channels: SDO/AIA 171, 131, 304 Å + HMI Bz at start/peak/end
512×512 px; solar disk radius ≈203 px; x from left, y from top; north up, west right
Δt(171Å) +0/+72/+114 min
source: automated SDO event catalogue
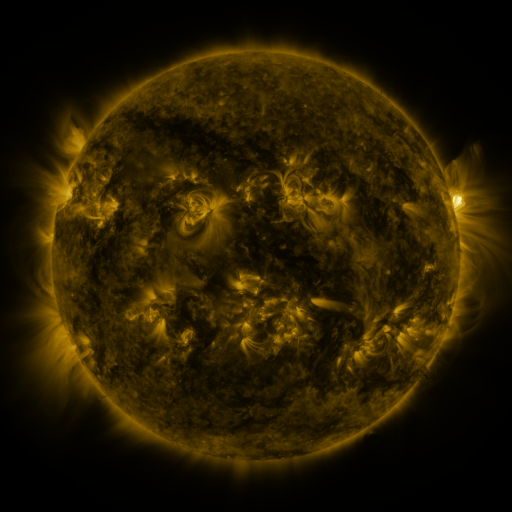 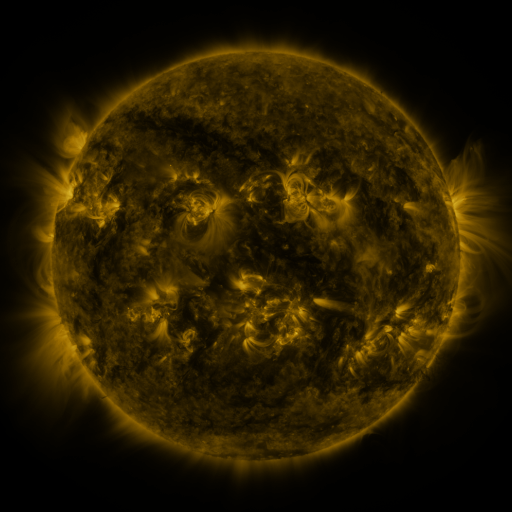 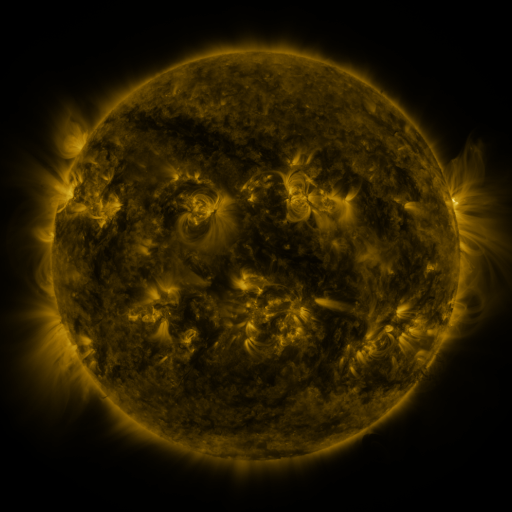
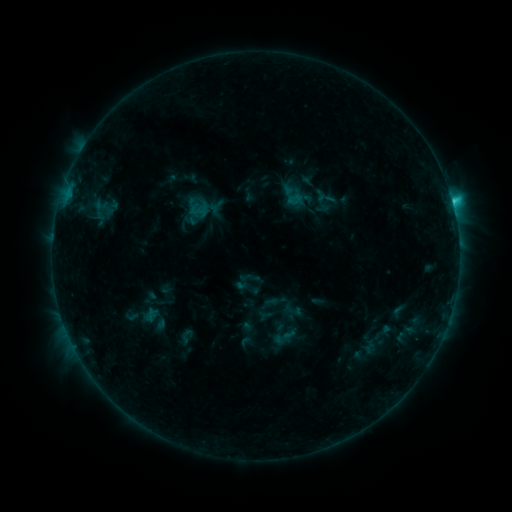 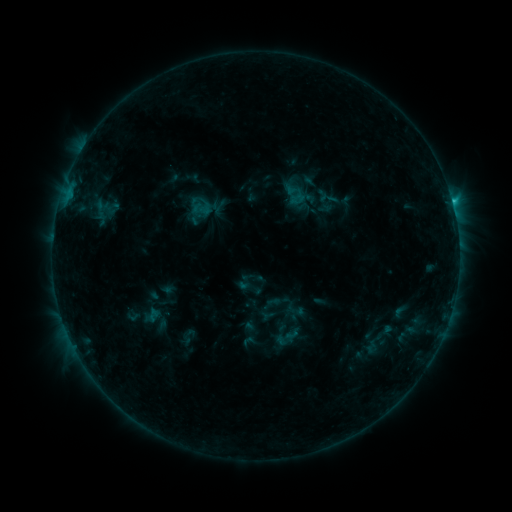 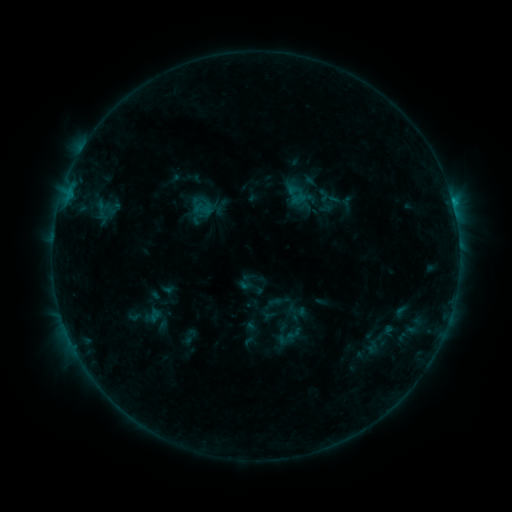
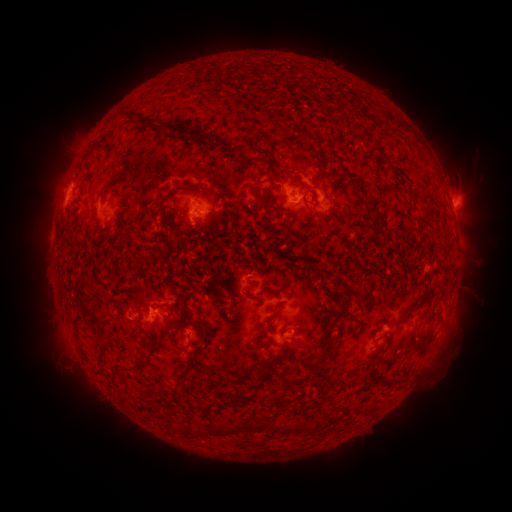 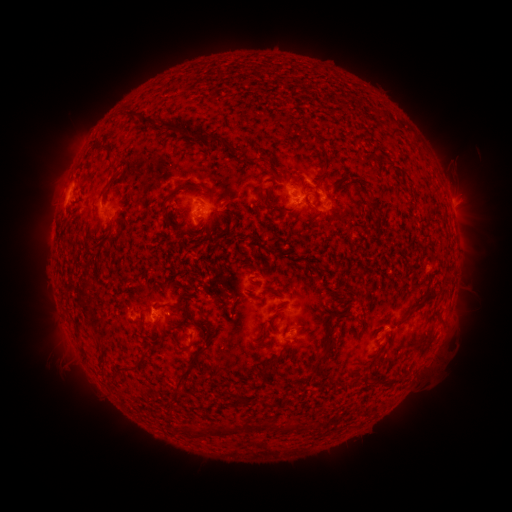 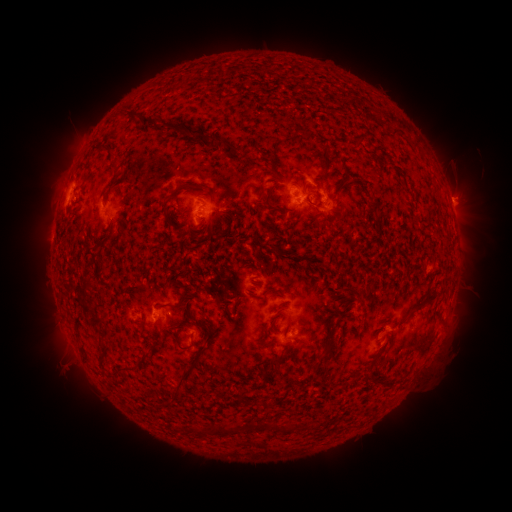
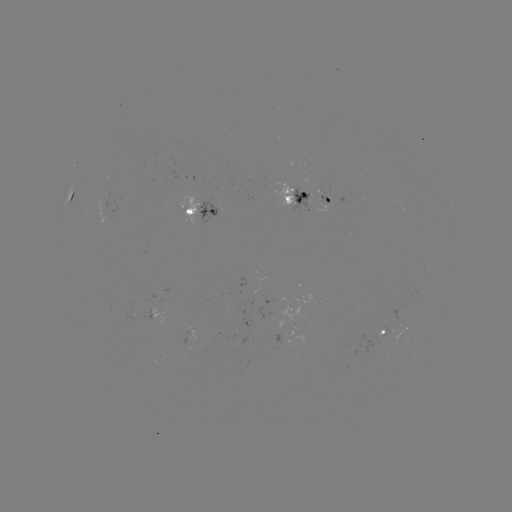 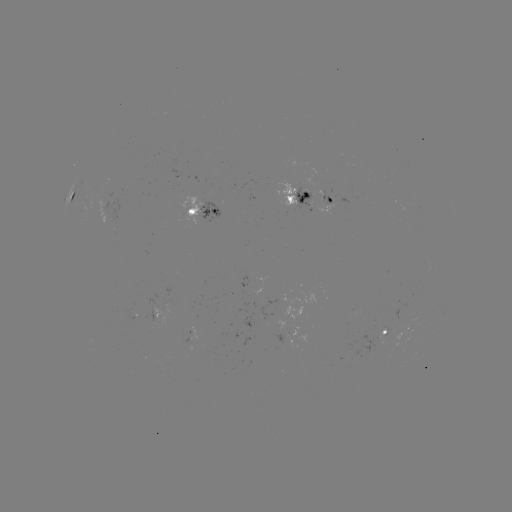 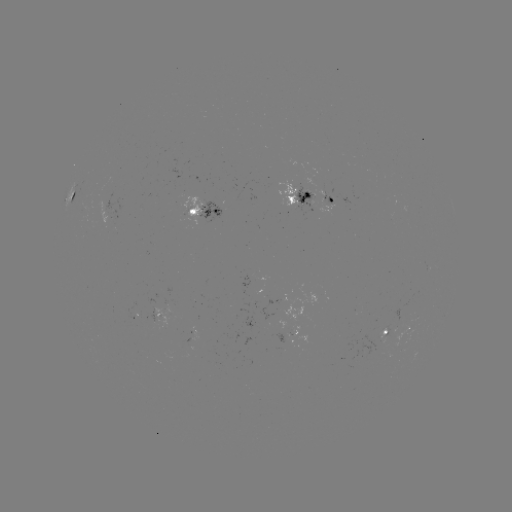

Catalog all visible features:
emerging-flux region: (102, 205)
